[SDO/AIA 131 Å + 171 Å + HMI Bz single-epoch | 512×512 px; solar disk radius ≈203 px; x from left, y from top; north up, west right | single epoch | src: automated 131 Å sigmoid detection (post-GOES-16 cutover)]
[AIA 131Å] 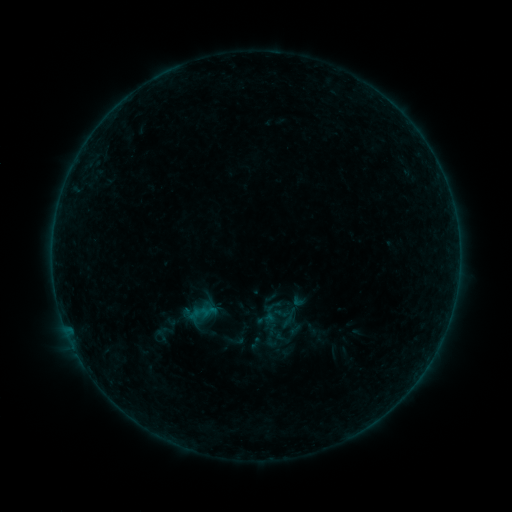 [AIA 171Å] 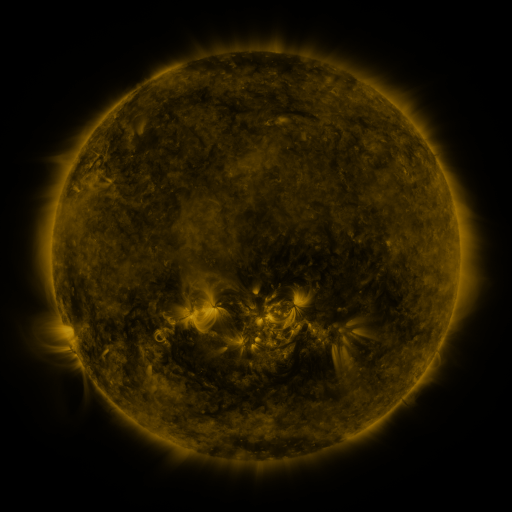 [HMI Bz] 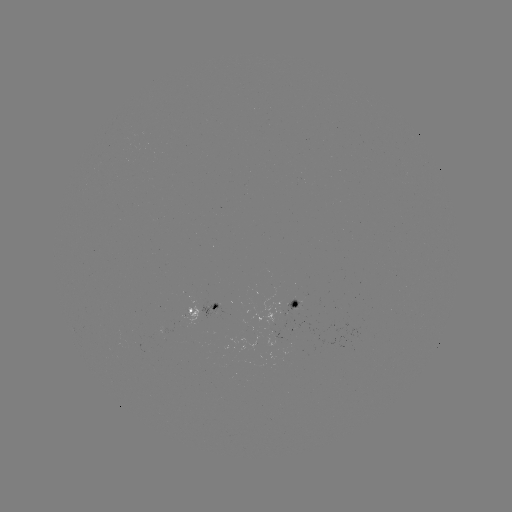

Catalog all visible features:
sigmoid: (299, 299)
sigmoid: (271, 313)
sigmoid: (234, 340)
